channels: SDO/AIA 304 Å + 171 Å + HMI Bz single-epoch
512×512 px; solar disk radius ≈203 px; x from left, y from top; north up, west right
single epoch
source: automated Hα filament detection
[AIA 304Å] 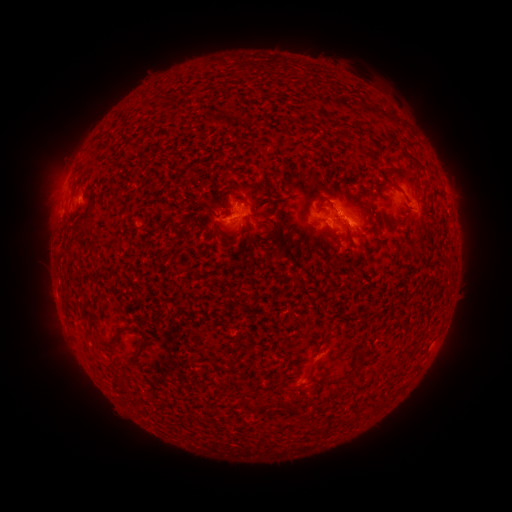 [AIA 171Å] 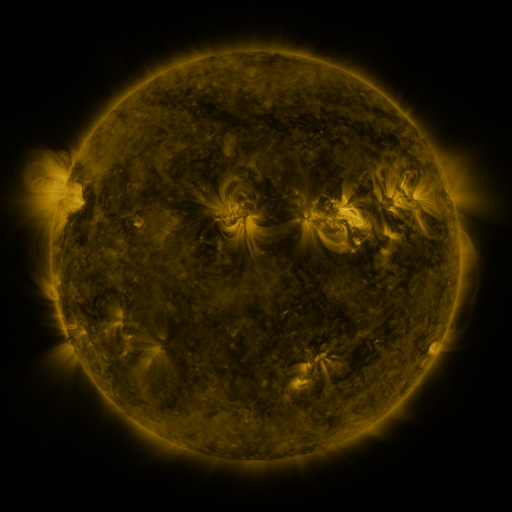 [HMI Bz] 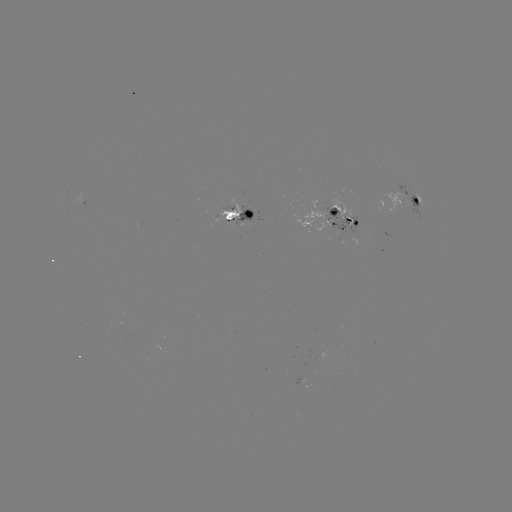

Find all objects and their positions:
filament: (348, 132)
filament: (398, 171)
filament: (263, 186)
filament: (396, 187)
filament: (332, 207)
filament: (93, 322)
filament: (327, 339)
filament: (112, 340)
filament: (230, 365)
filament: (354, 373)
filament: (333, 383)
filament: (245, 407)
filament: (289, 409)
